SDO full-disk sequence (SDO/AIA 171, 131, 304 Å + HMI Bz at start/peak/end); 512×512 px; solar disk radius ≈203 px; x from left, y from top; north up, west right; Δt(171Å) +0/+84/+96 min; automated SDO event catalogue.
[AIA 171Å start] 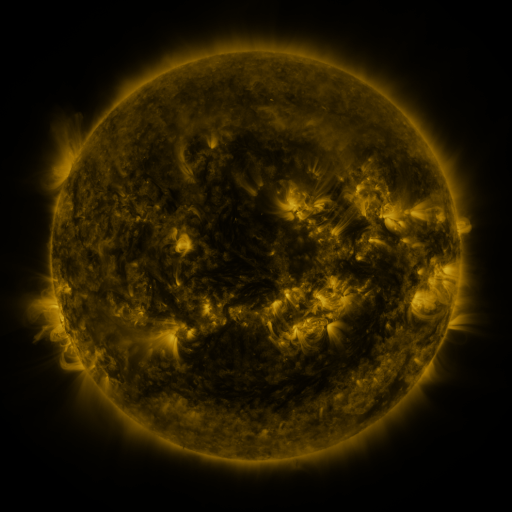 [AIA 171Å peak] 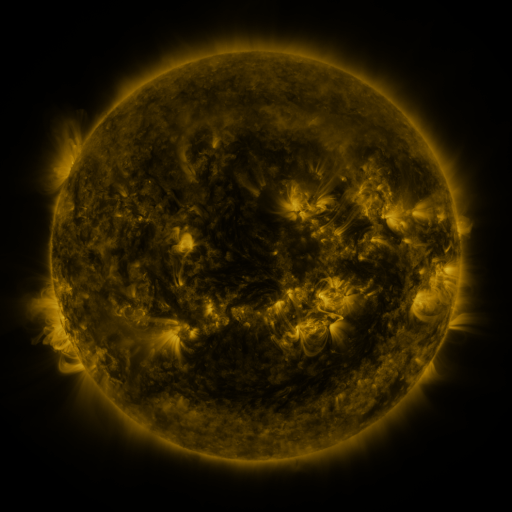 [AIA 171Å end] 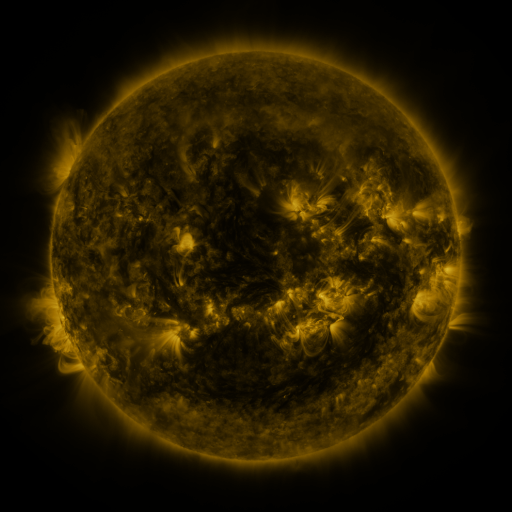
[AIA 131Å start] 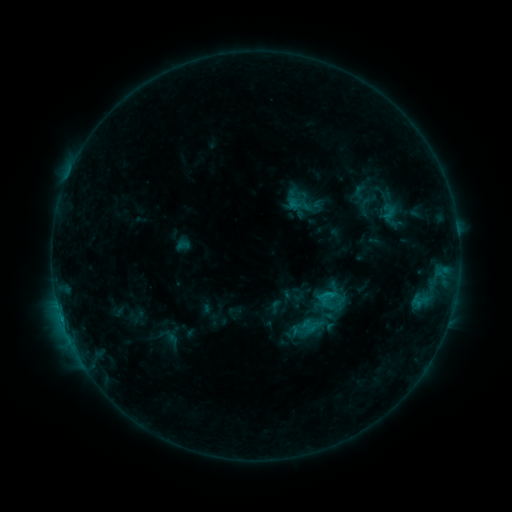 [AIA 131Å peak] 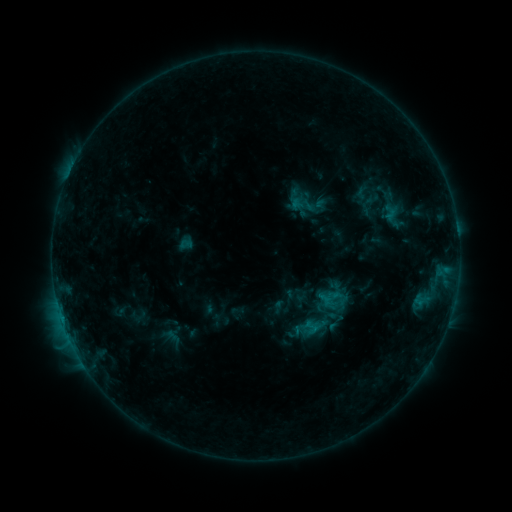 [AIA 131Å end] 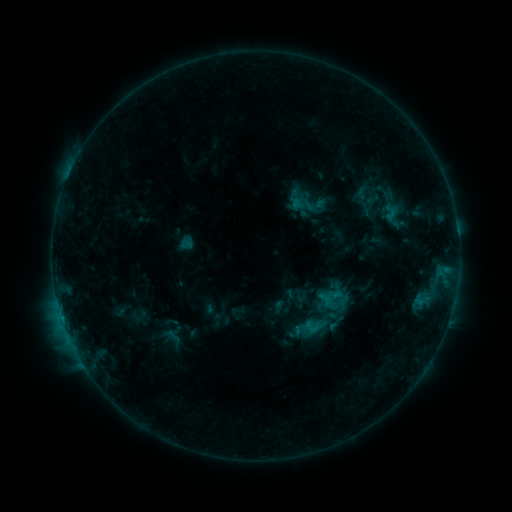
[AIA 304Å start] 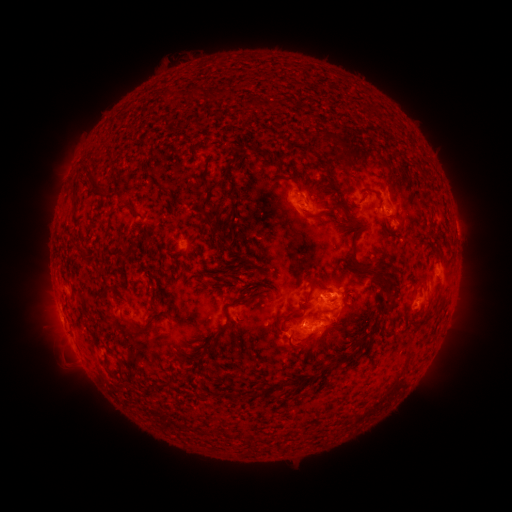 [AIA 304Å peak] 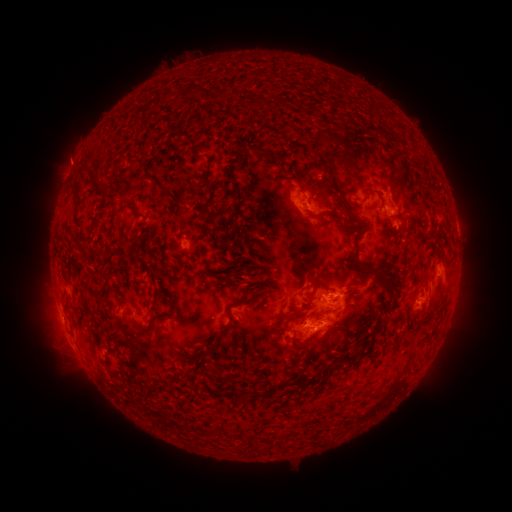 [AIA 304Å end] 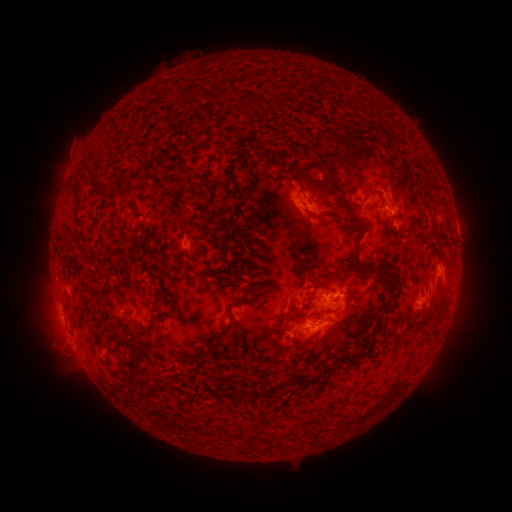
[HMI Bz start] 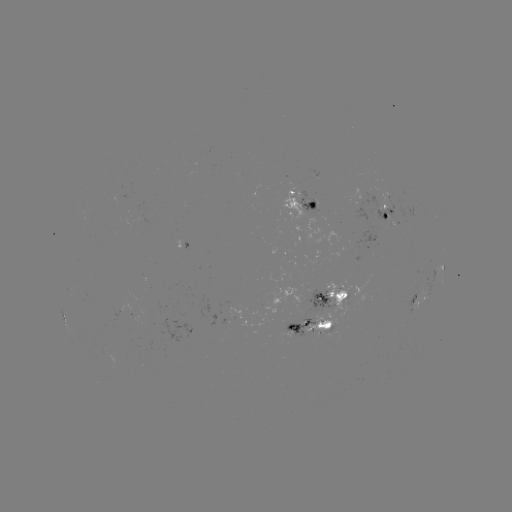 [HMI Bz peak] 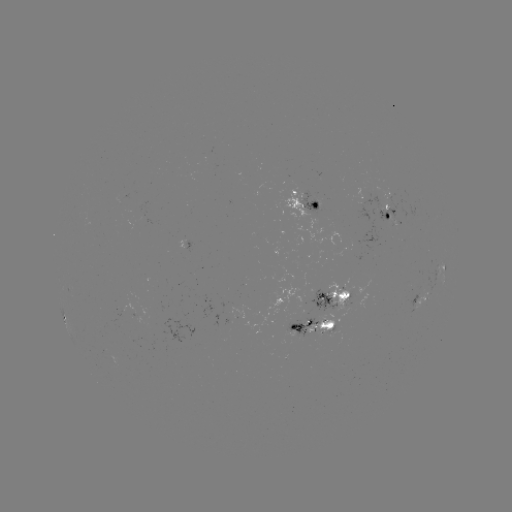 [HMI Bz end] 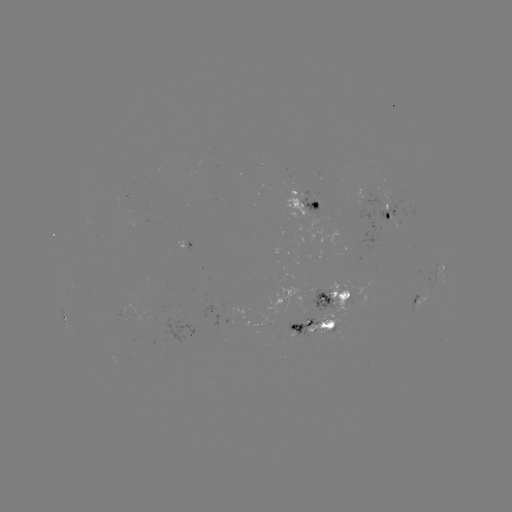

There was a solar emerging-flux region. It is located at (382, 211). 